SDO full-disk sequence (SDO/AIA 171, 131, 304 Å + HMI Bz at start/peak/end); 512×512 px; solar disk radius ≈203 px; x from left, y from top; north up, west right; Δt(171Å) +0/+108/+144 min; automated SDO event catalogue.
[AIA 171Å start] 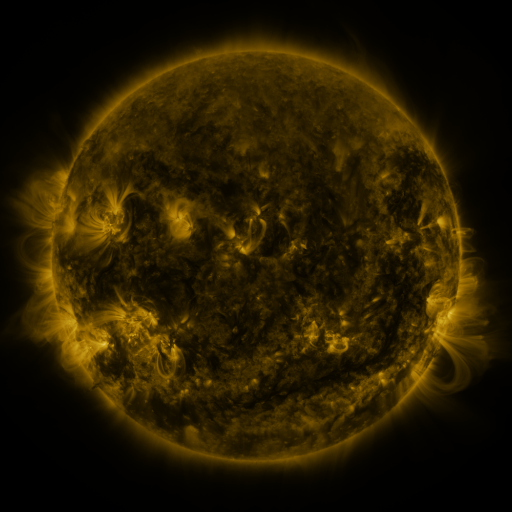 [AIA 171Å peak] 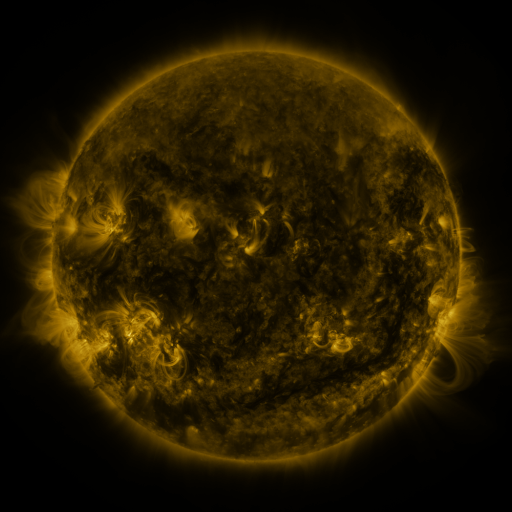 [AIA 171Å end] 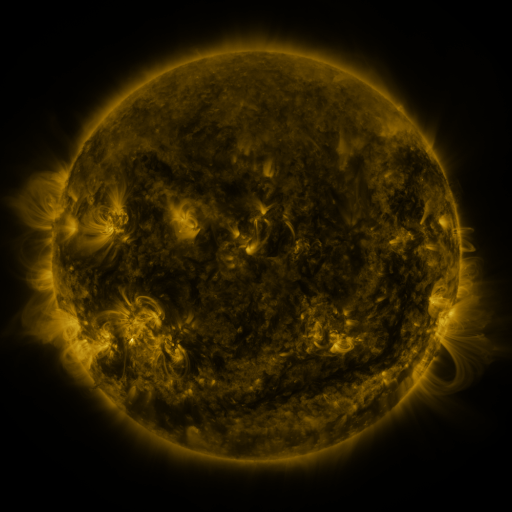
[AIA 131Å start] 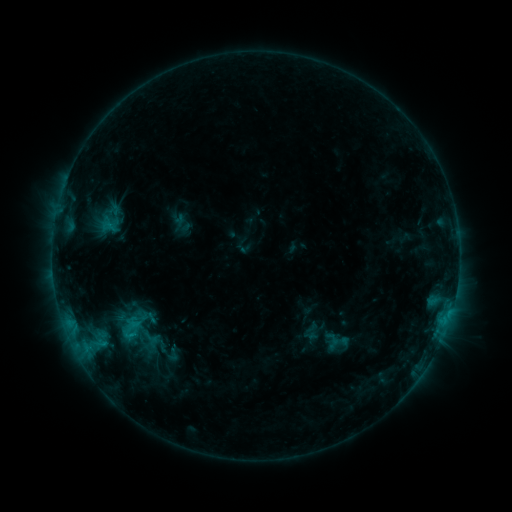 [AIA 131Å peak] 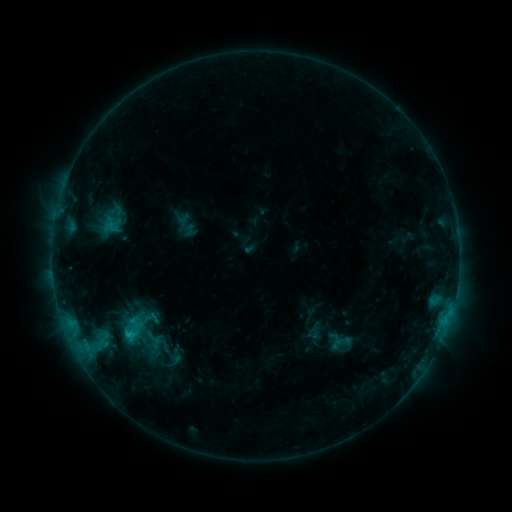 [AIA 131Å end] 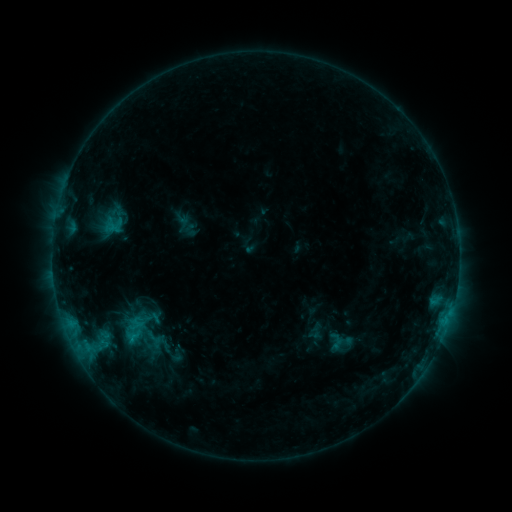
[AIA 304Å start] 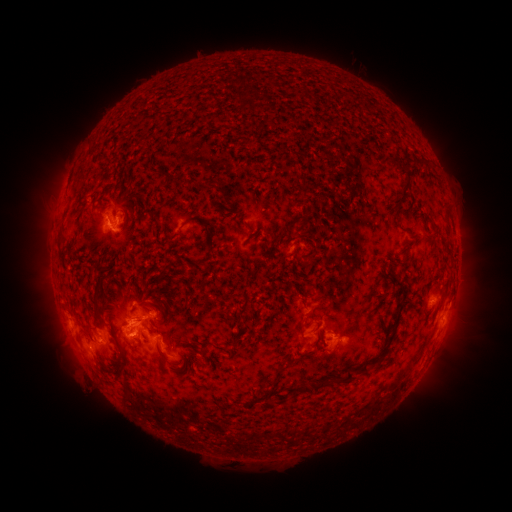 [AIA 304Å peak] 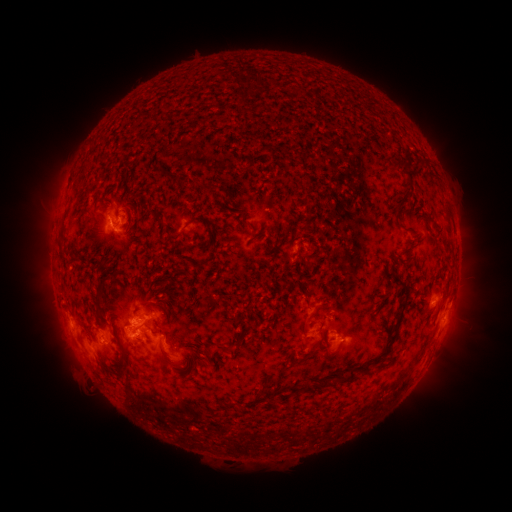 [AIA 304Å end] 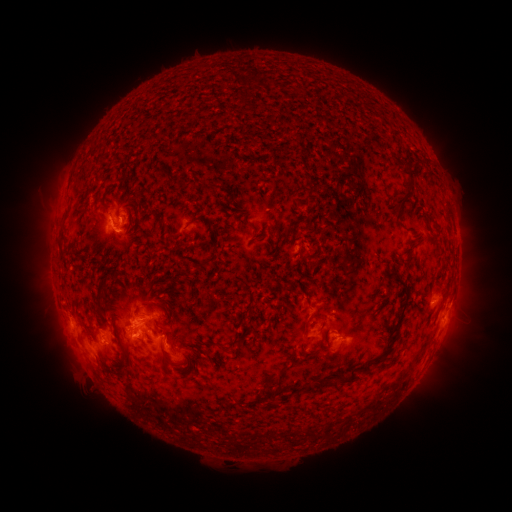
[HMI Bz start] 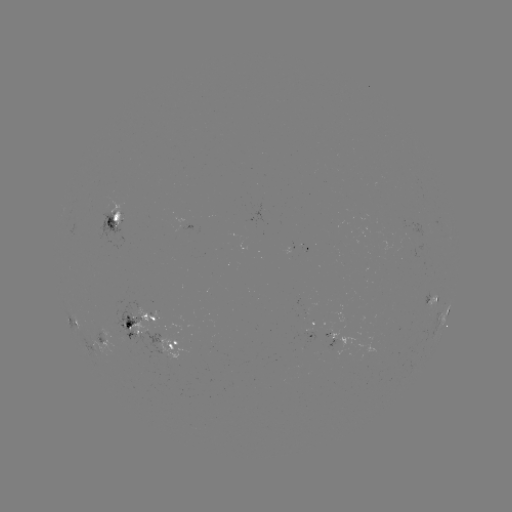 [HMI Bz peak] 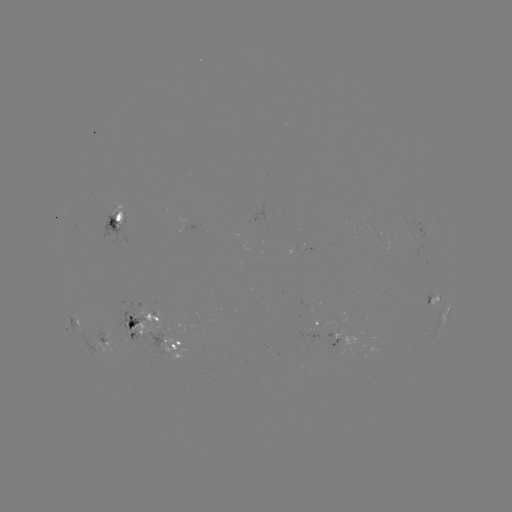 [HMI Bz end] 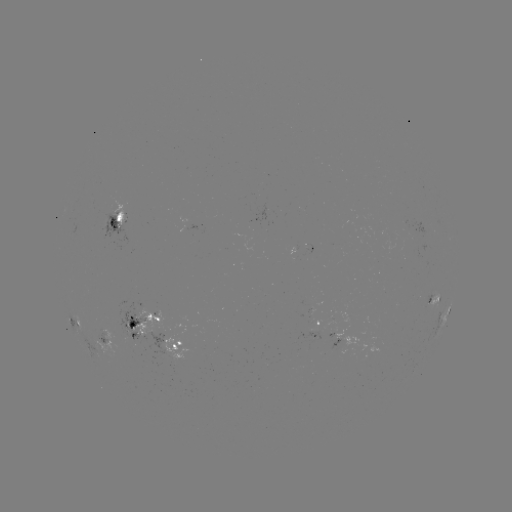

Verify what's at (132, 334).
emerging-flux region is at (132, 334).